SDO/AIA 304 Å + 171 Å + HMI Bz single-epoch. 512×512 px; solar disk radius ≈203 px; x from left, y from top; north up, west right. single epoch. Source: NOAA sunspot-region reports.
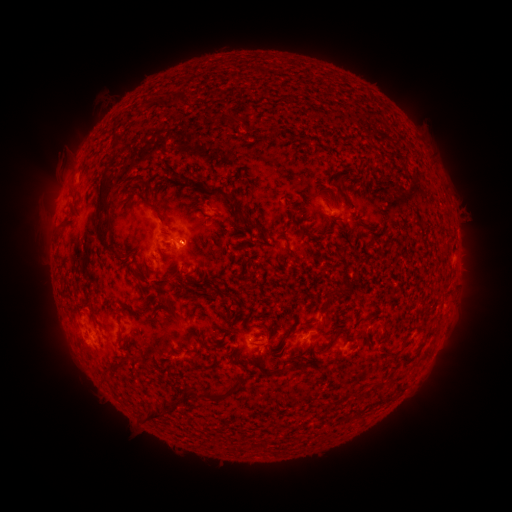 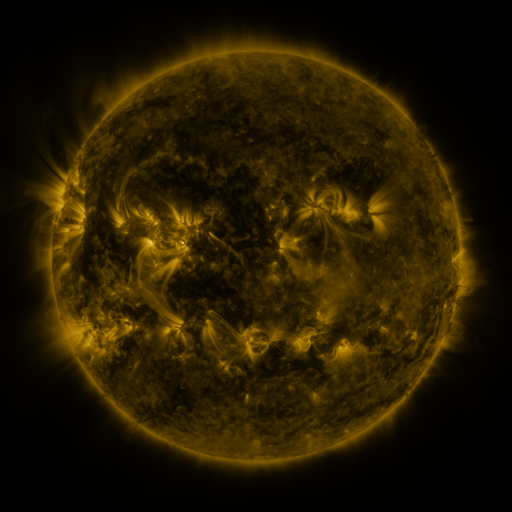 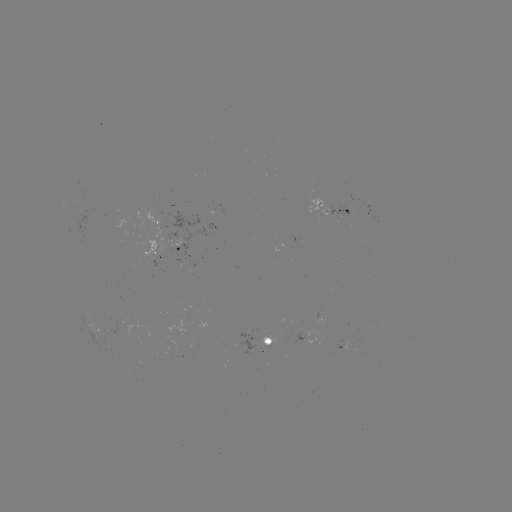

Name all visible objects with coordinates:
spotted active region: (334, 211)
spotted active region: (173, 250)
spotted active region: (95, 325)
spotted active region: (269, 342)
spotted active region: (345, 349)
